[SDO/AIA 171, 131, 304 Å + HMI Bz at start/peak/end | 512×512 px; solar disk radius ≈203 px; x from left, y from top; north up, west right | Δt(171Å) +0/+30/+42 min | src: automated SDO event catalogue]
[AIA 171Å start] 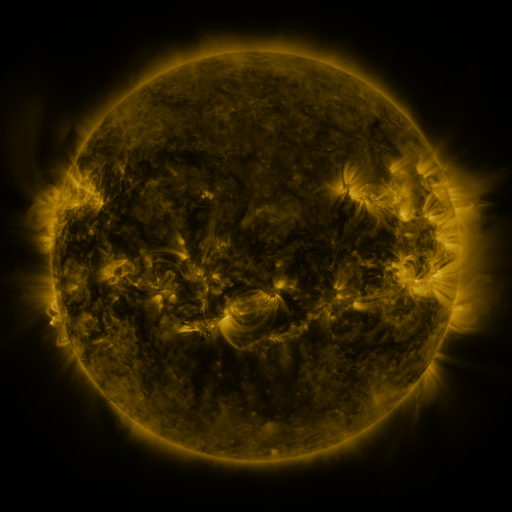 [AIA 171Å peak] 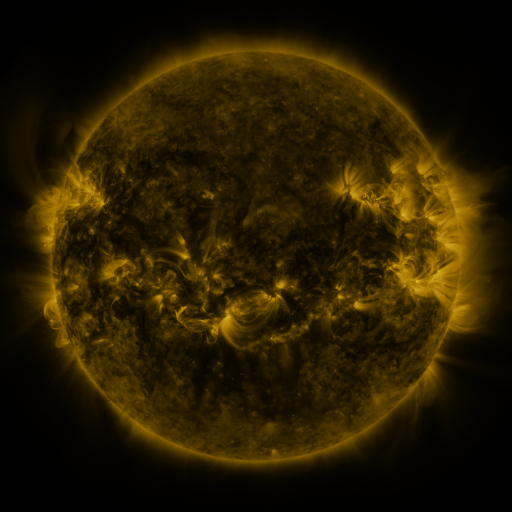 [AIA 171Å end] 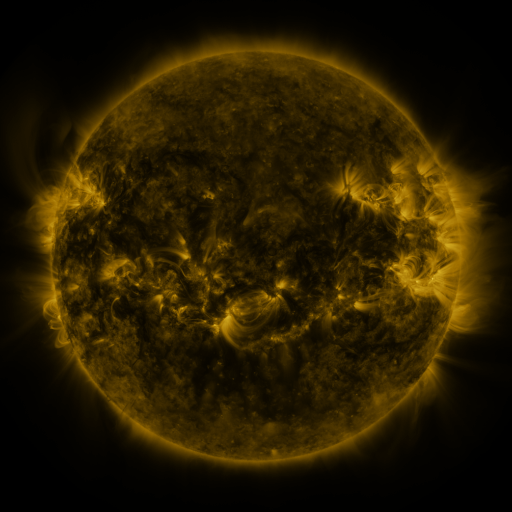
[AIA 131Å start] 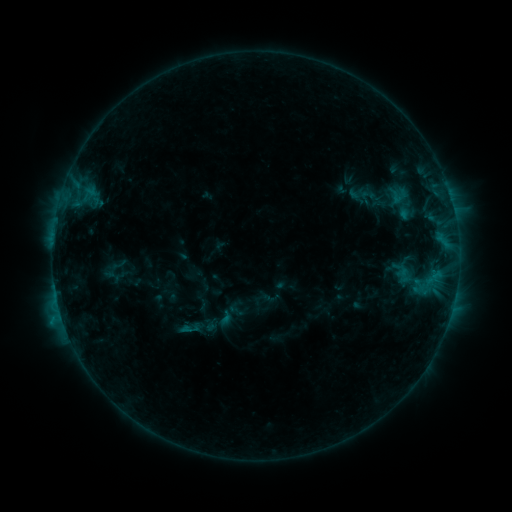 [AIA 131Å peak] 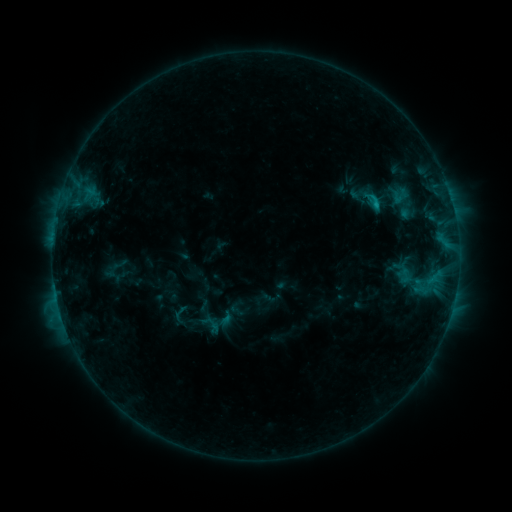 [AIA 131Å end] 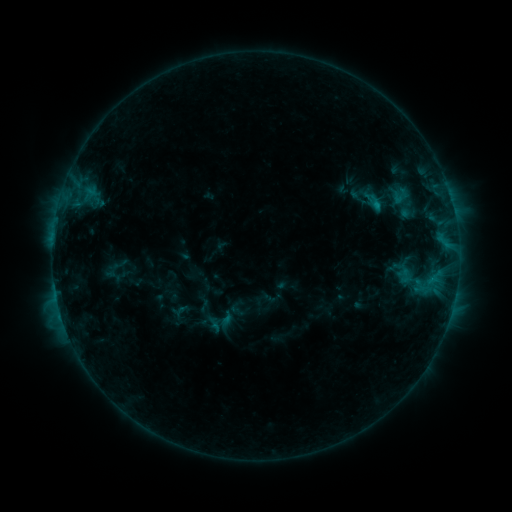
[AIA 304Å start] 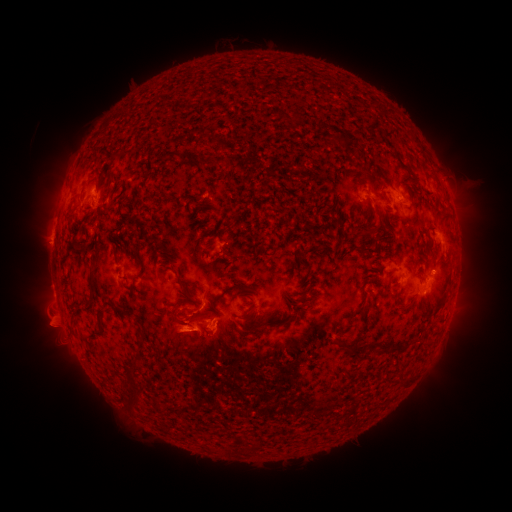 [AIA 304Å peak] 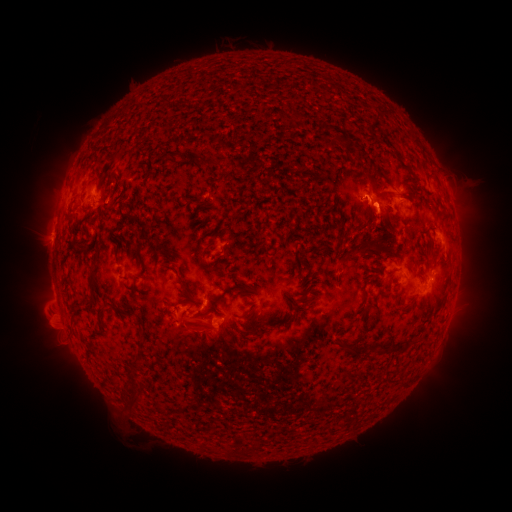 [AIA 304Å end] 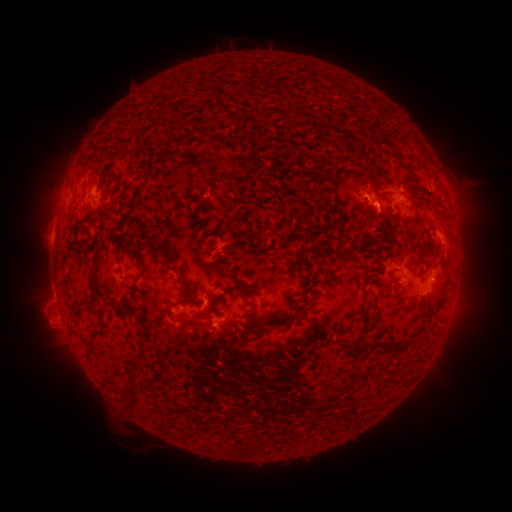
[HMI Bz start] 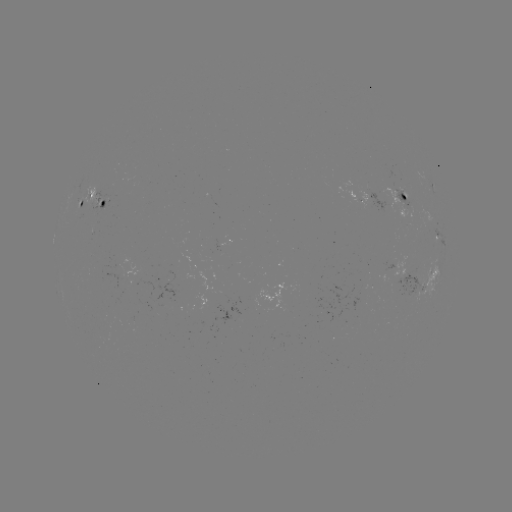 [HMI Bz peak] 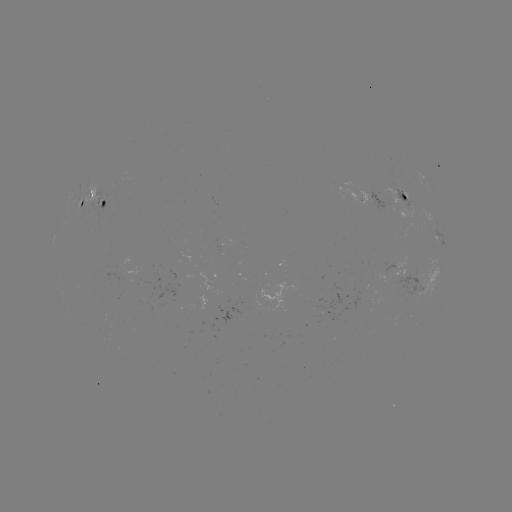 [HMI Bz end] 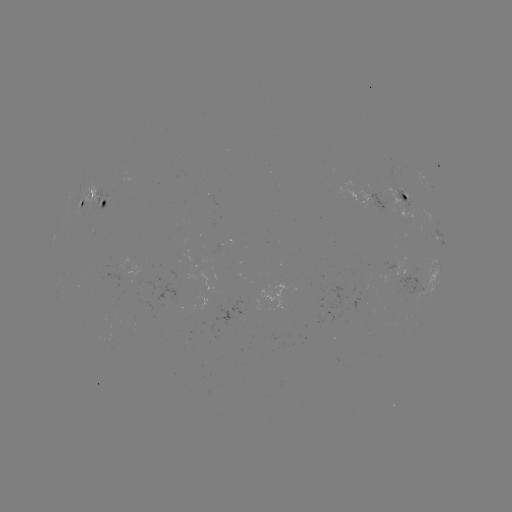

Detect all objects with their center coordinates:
C1.2 flare: (374, 207)
